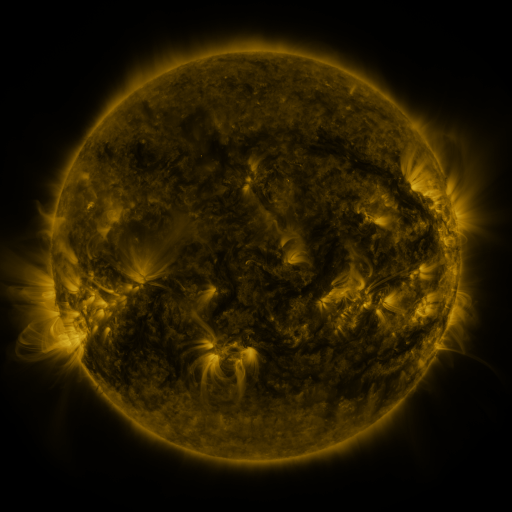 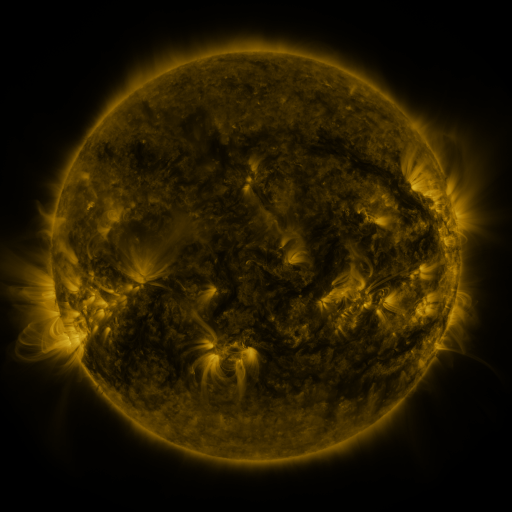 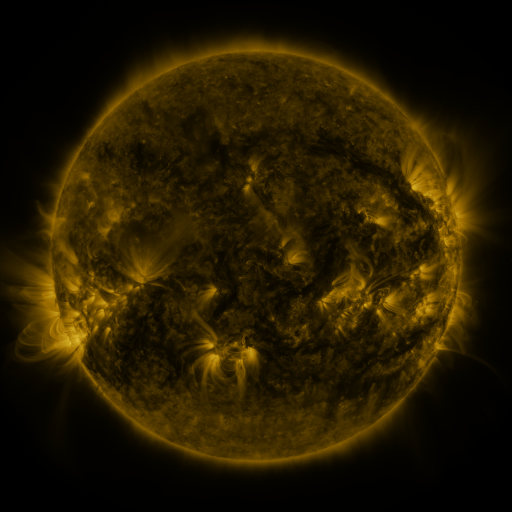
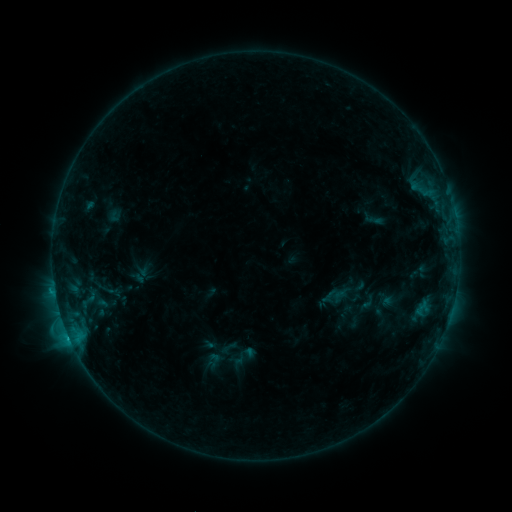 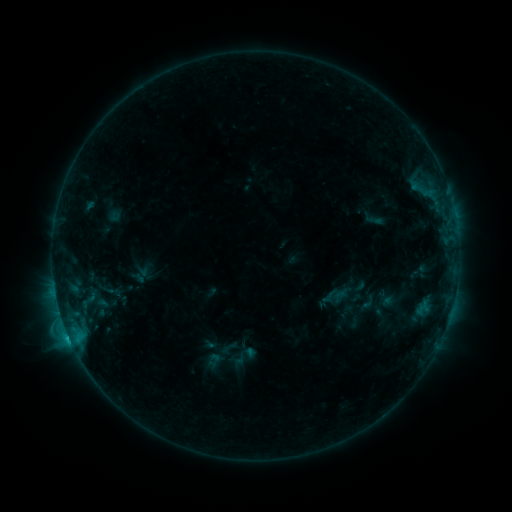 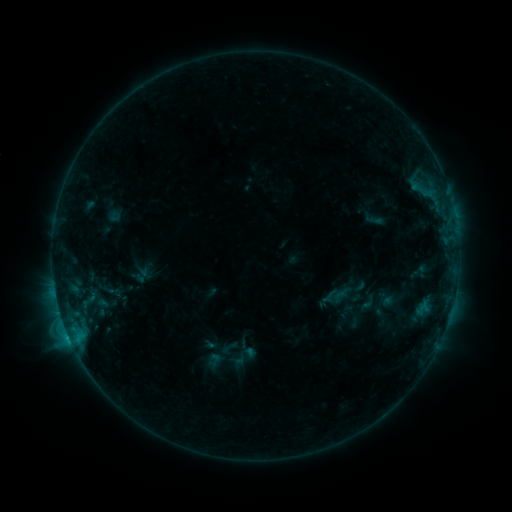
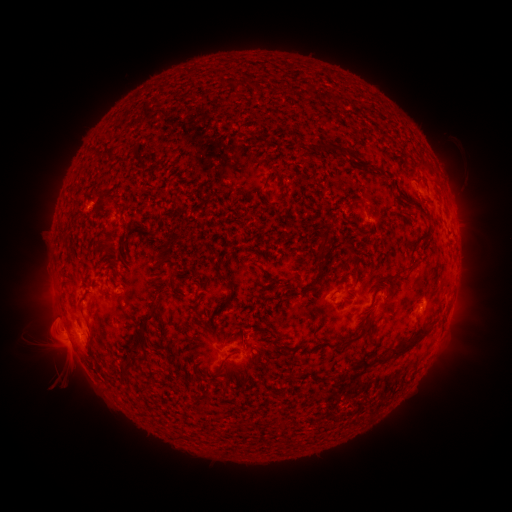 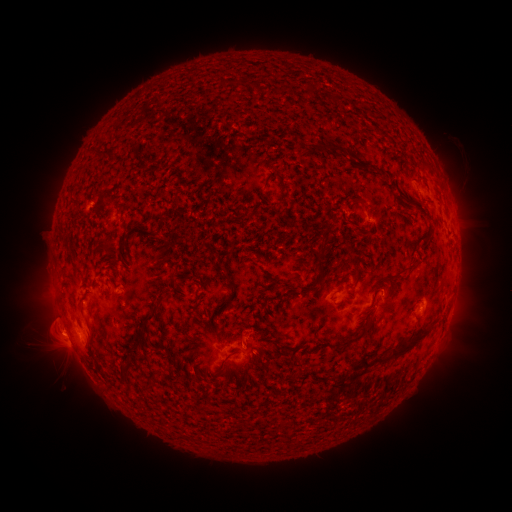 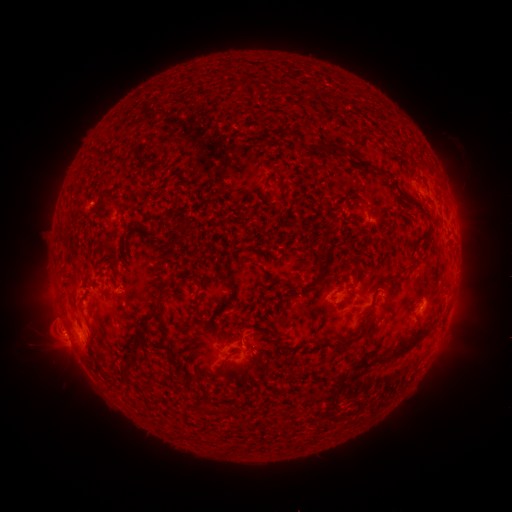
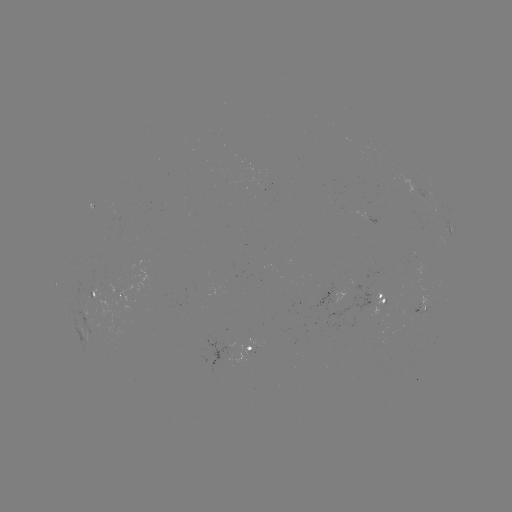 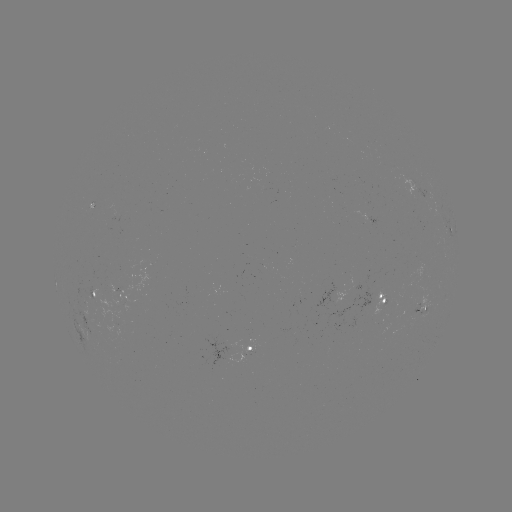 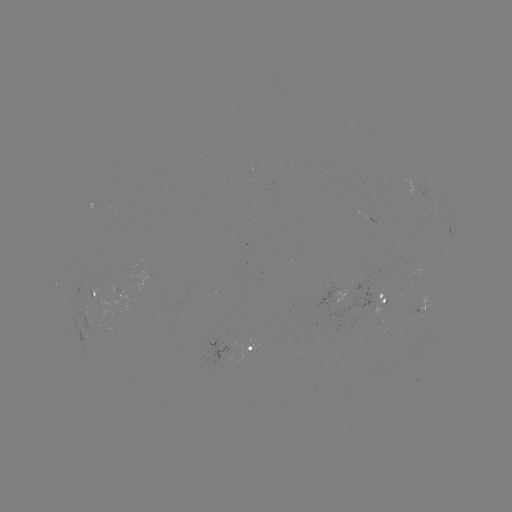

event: eruption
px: (57, 340)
